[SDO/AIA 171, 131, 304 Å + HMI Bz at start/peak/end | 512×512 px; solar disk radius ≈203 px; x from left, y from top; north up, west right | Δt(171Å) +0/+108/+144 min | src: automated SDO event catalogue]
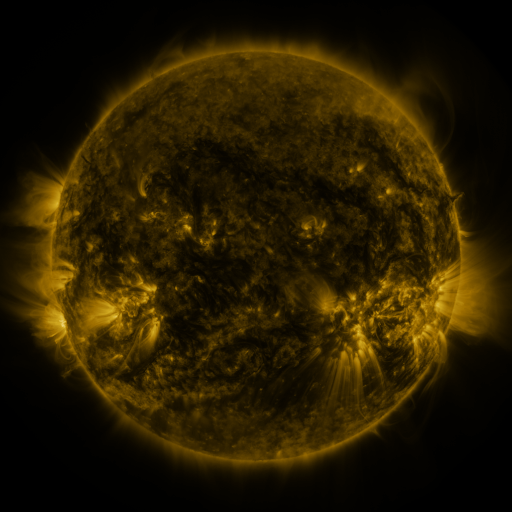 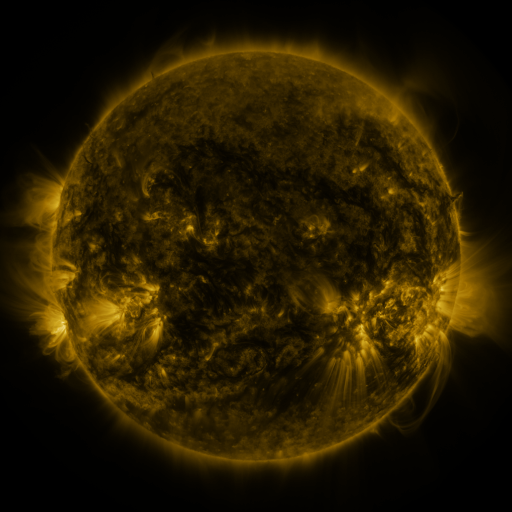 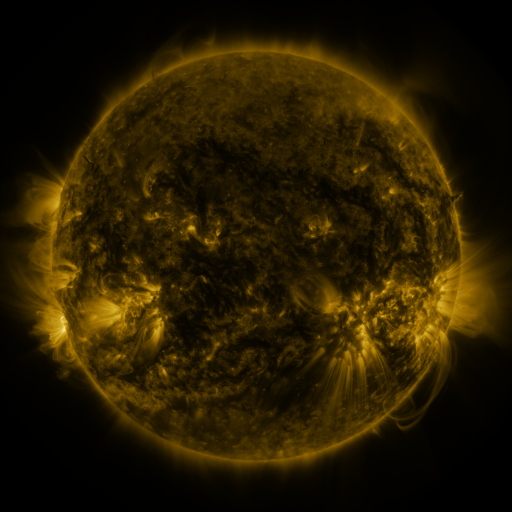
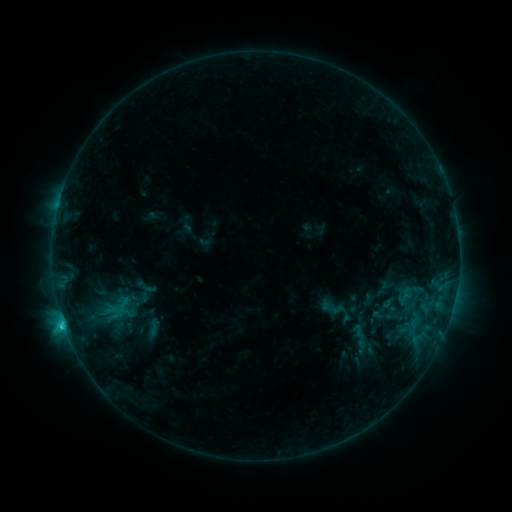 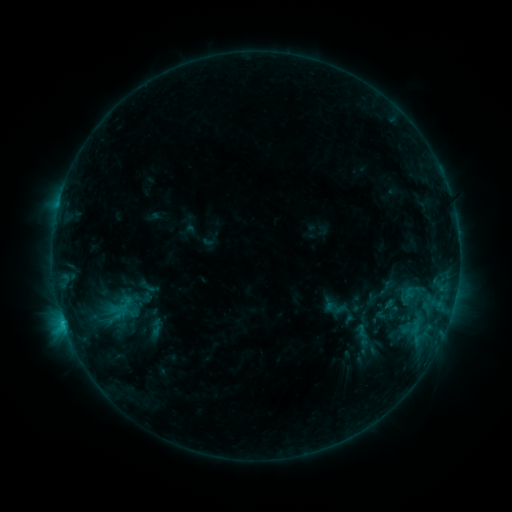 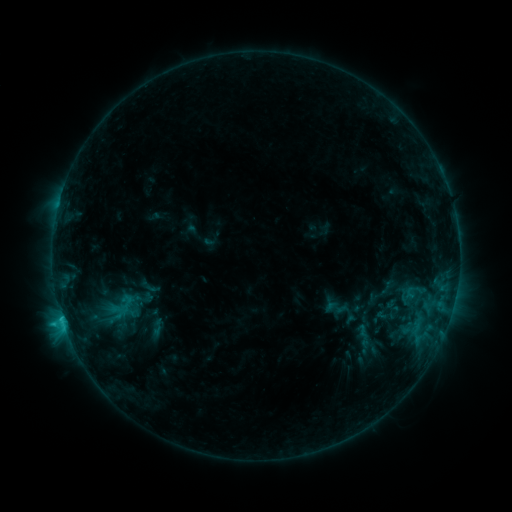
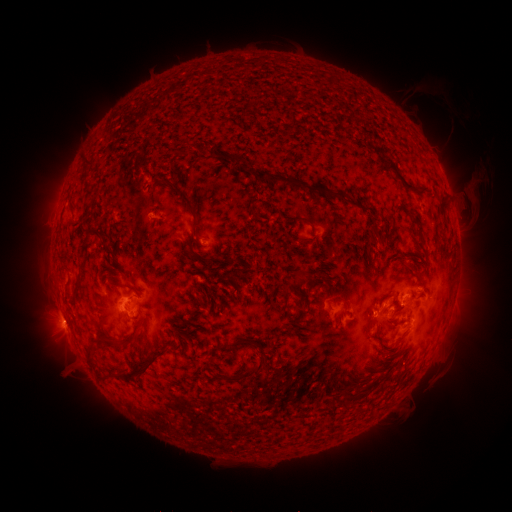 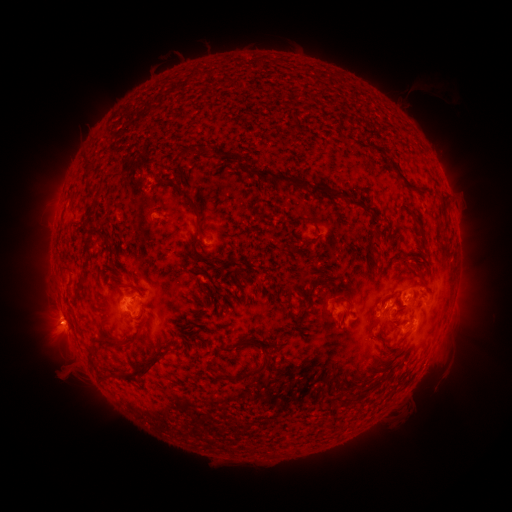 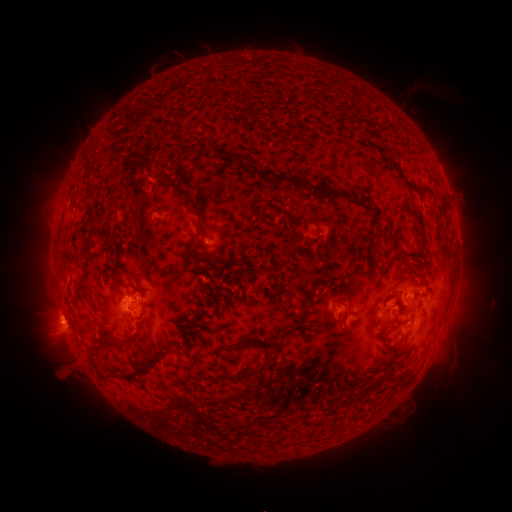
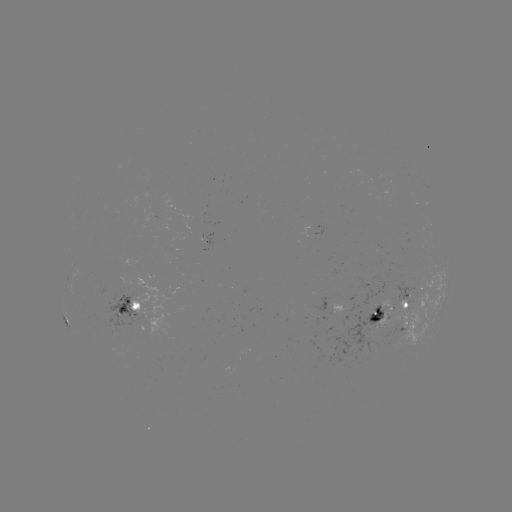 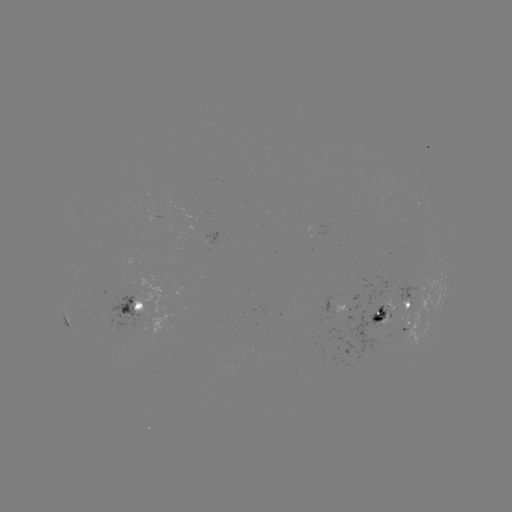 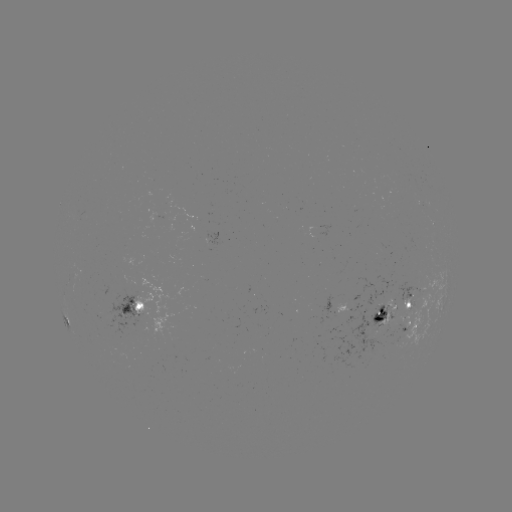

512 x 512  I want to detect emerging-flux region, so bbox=[329, 301, 393, 363].